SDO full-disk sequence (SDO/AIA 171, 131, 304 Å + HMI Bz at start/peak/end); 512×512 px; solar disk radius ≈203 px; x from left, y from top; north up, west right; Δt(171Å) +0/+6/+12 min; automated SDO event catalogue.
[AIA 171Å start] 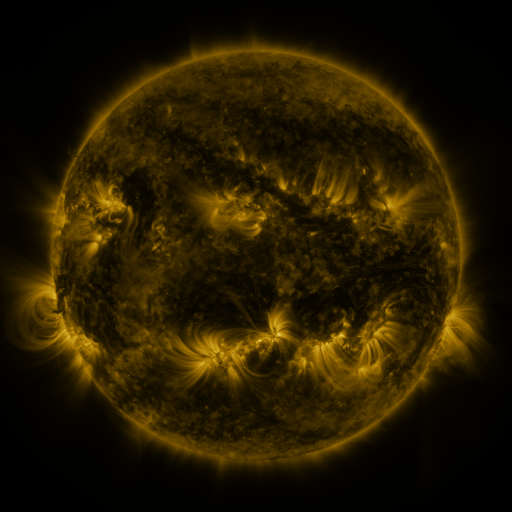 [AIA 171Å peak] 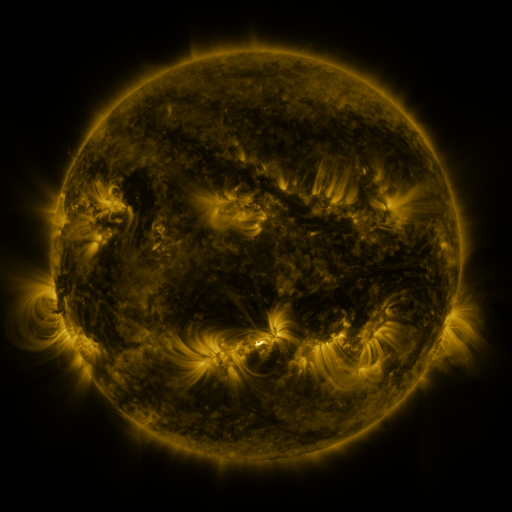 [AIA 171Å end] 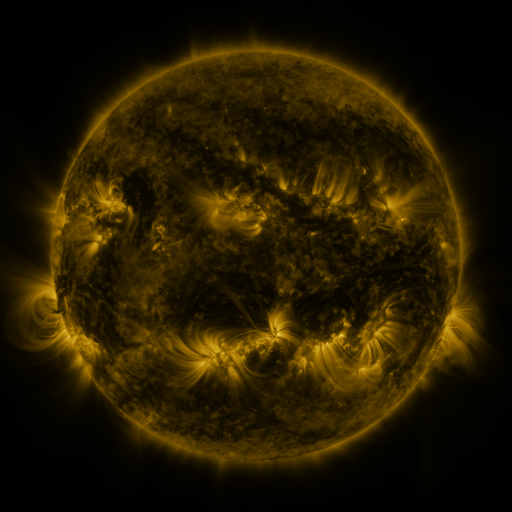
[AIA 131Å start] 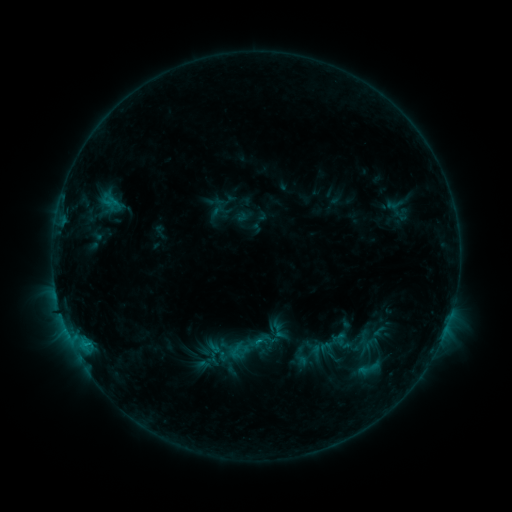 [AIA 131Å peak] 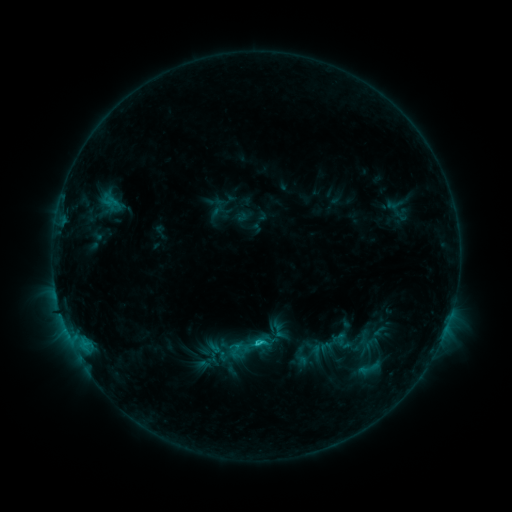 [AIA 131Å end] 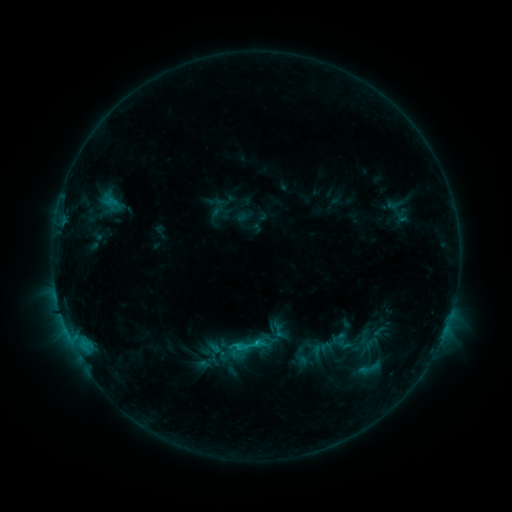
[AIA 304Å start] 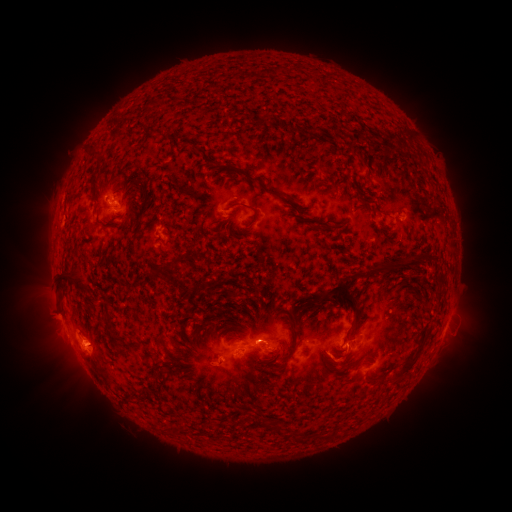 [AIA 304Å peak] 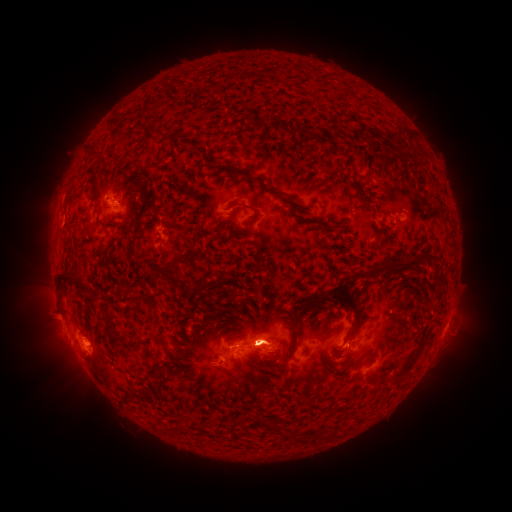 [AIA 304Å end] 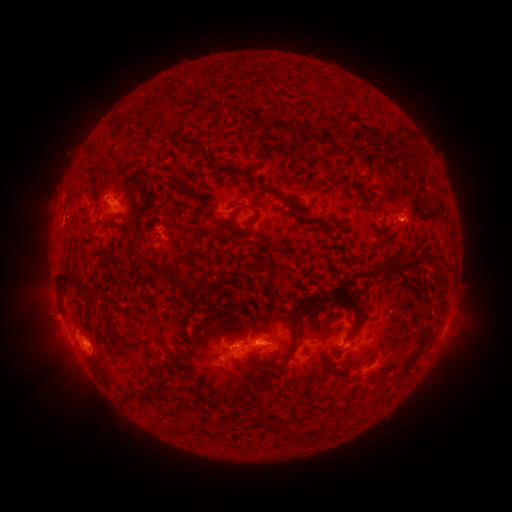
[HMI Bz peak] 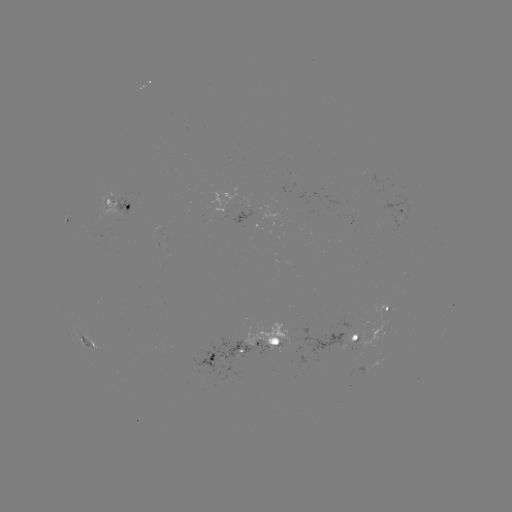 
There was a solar flare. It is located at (256, 341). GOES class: C1.5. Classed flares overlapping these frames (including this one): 1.